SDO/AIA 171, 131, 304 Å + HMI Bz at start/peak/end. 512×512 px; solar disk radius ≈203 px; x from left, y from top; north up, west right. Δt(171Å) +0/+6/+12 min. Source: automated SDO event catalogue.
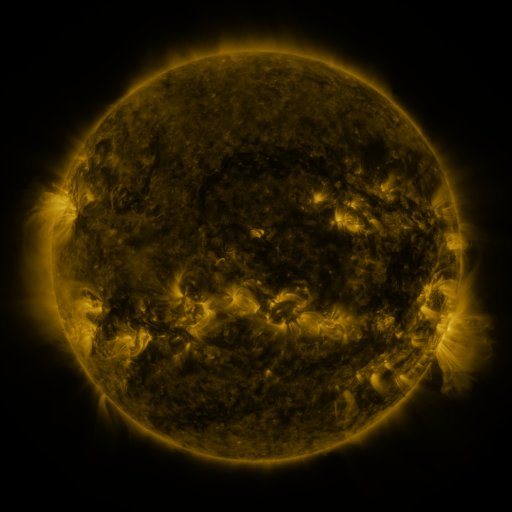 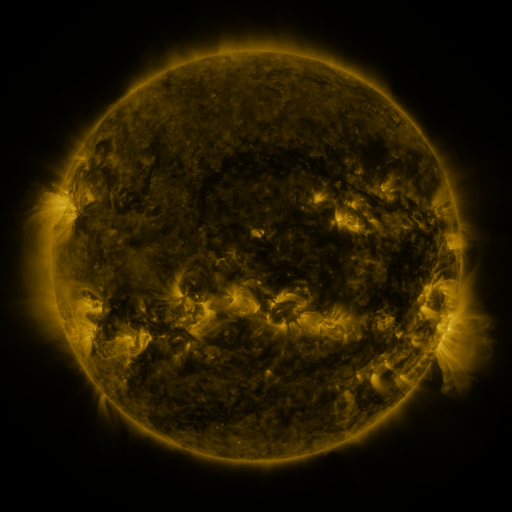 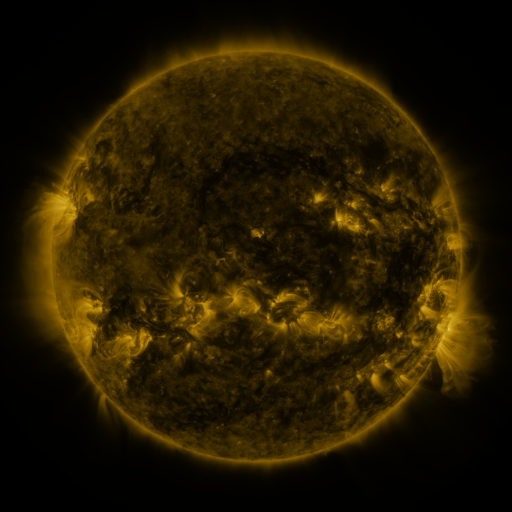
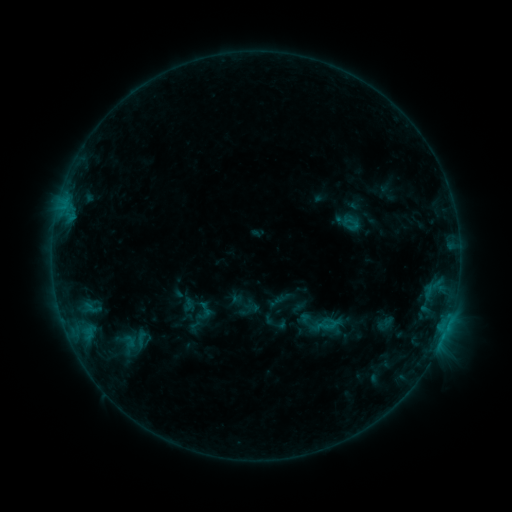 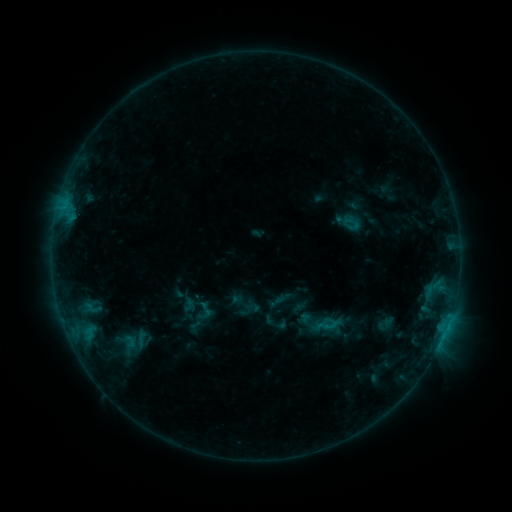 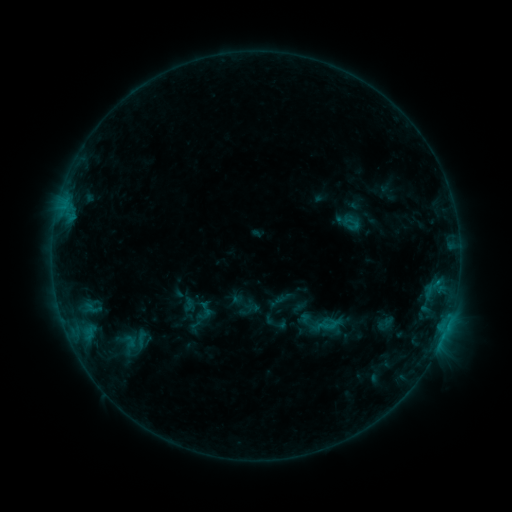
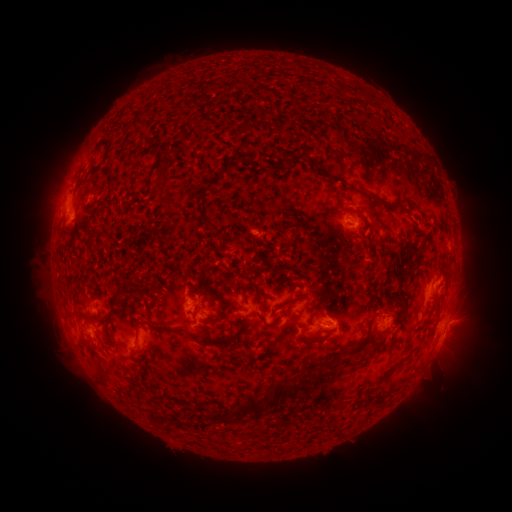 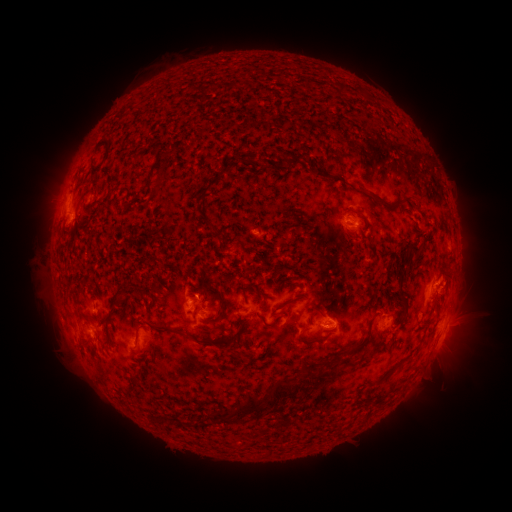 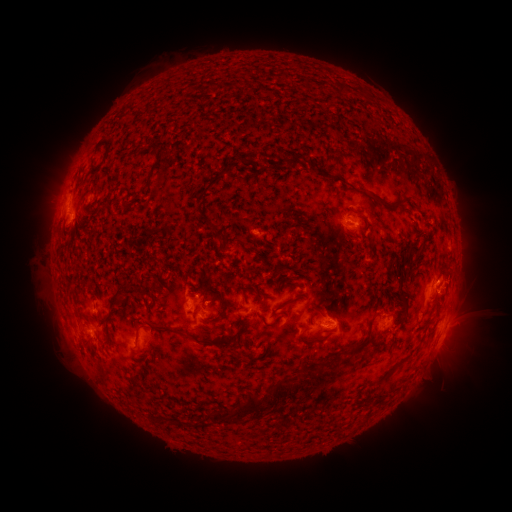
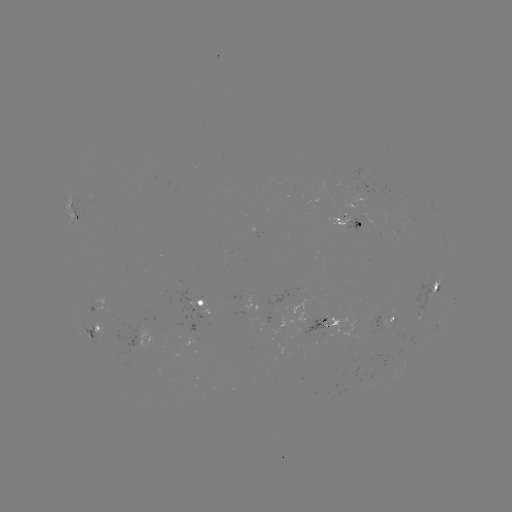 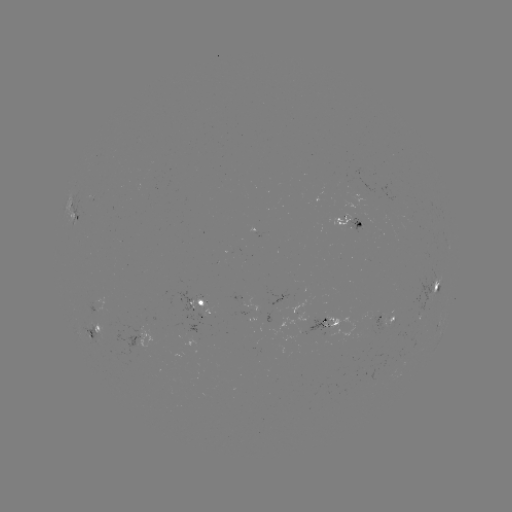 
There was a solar eruption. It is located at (457, 278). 